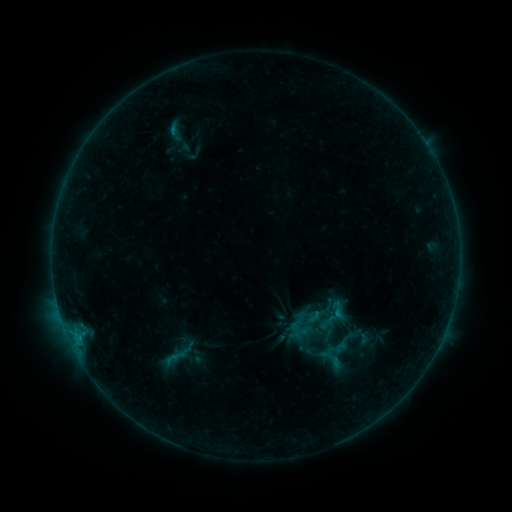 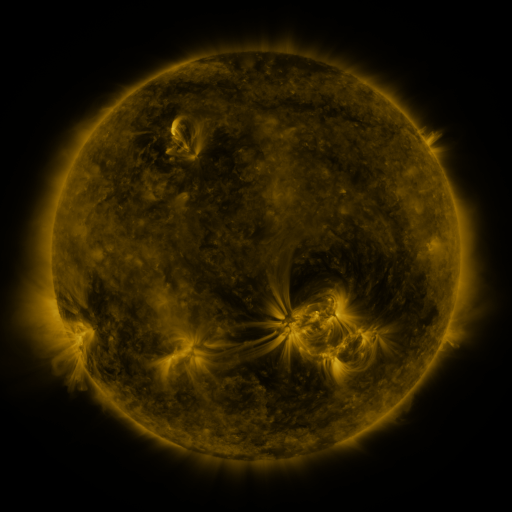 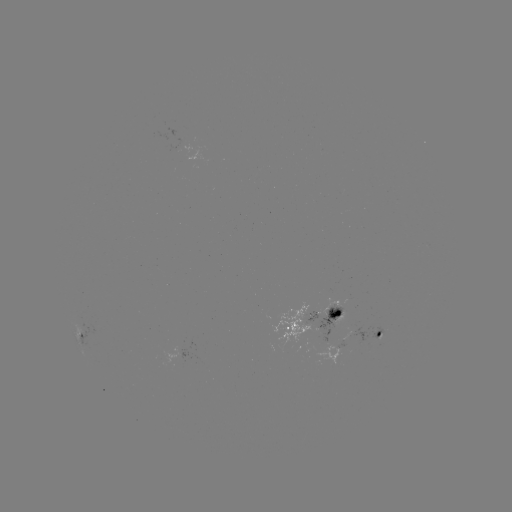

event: sigmoid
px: (329, 306)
